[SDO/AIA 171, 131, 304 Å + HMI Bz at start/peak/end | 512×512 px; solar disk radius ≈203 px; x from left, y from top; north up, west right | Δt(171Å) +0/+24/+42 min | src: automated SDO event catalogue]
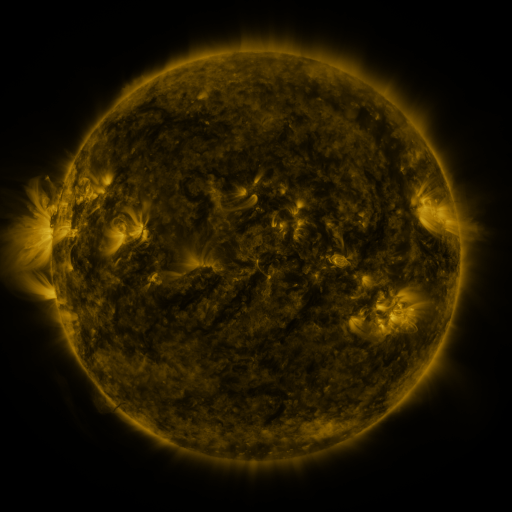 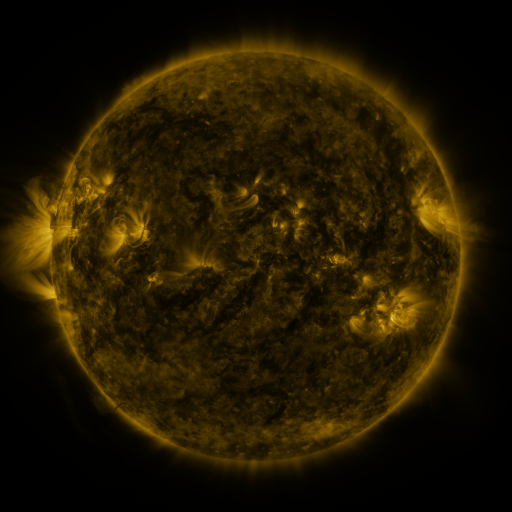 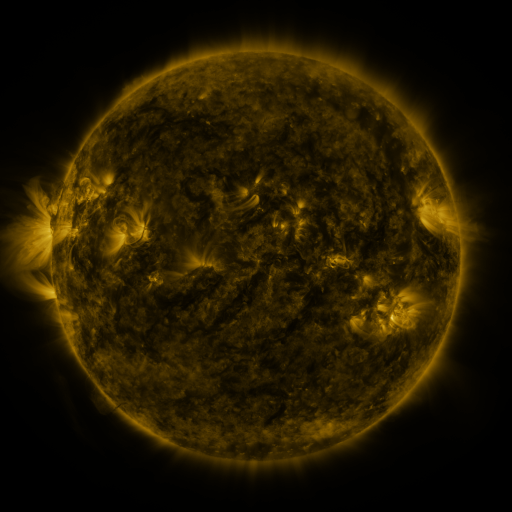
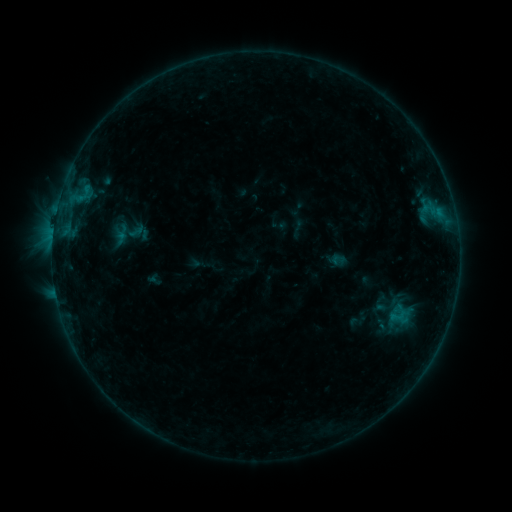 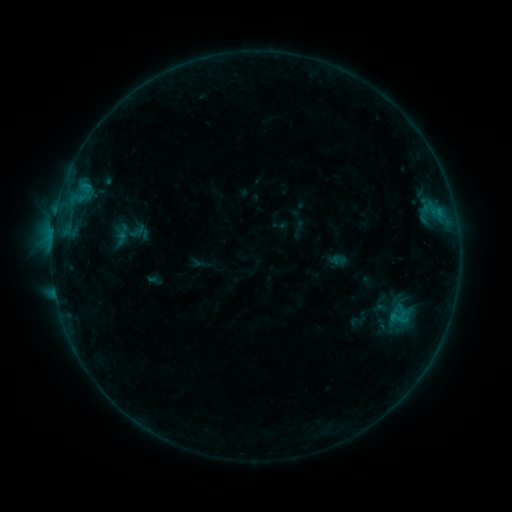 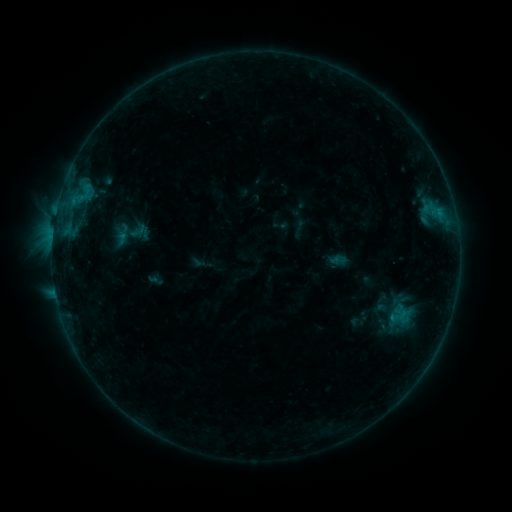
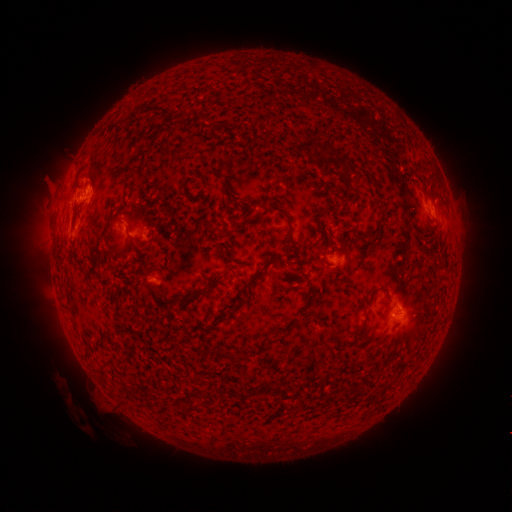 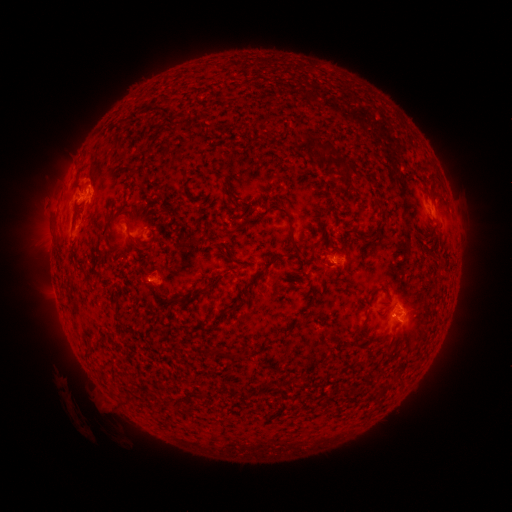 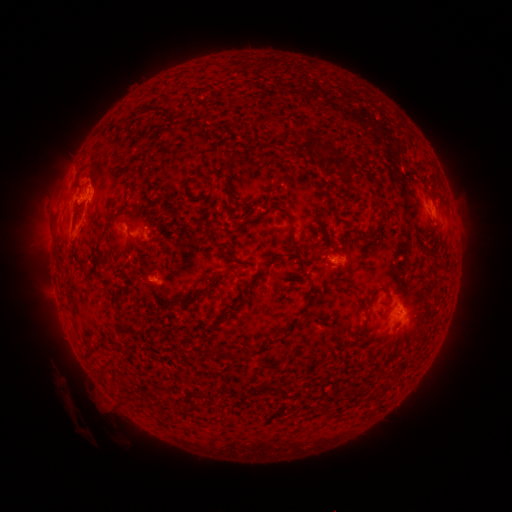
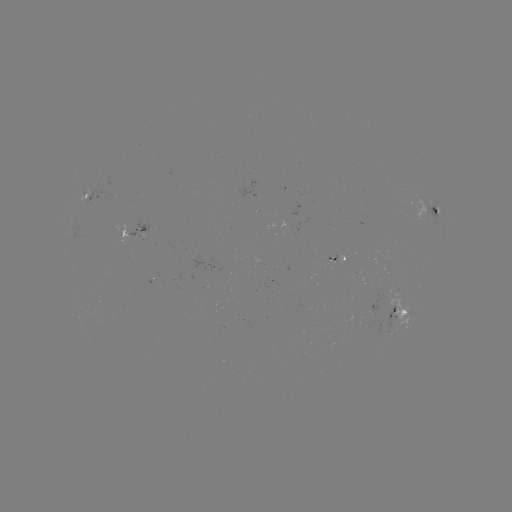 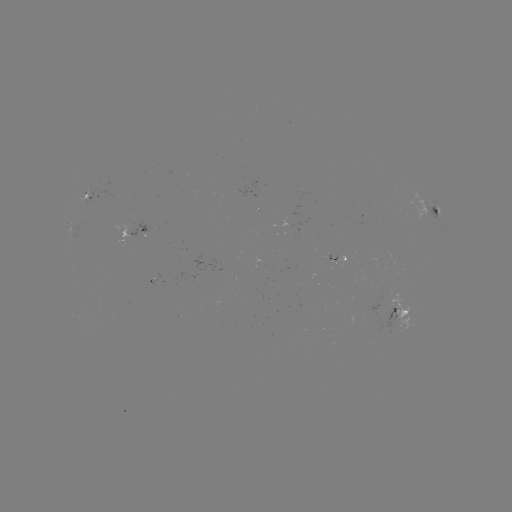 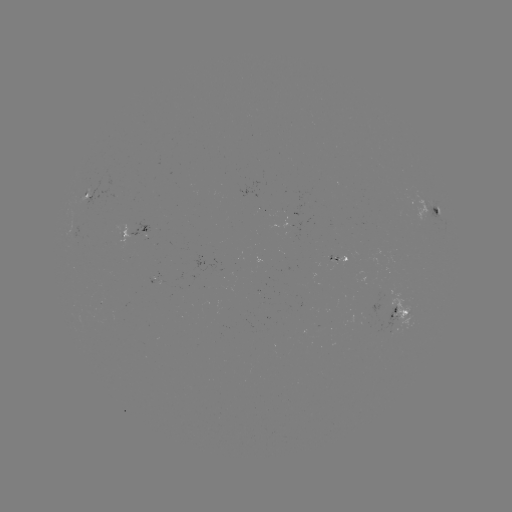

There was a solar flare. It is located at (84, 187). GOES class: C1.0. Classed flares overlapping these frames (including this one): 2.